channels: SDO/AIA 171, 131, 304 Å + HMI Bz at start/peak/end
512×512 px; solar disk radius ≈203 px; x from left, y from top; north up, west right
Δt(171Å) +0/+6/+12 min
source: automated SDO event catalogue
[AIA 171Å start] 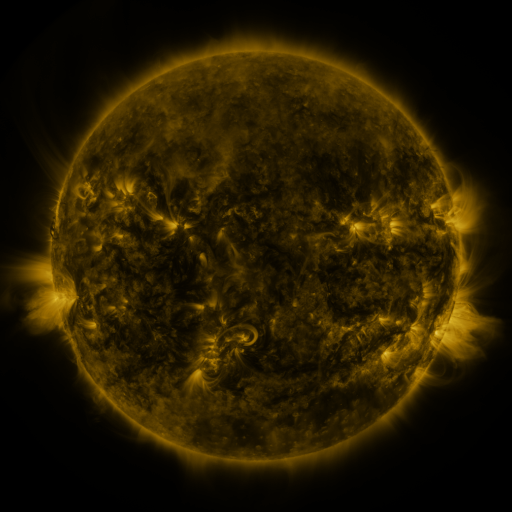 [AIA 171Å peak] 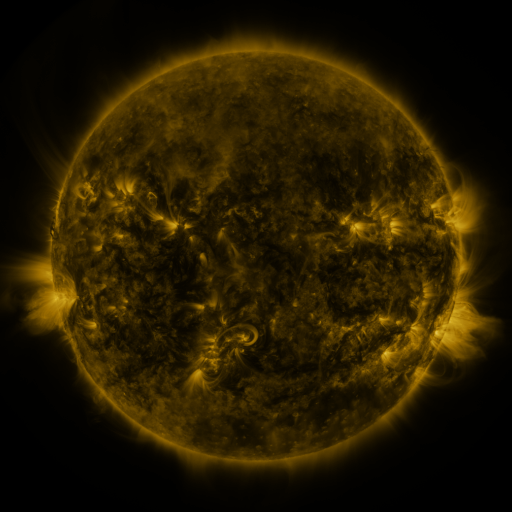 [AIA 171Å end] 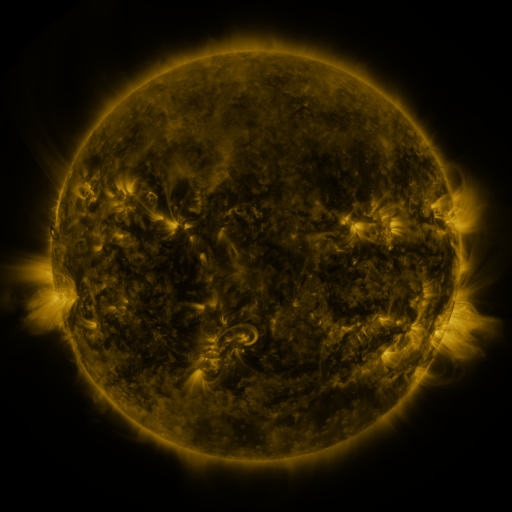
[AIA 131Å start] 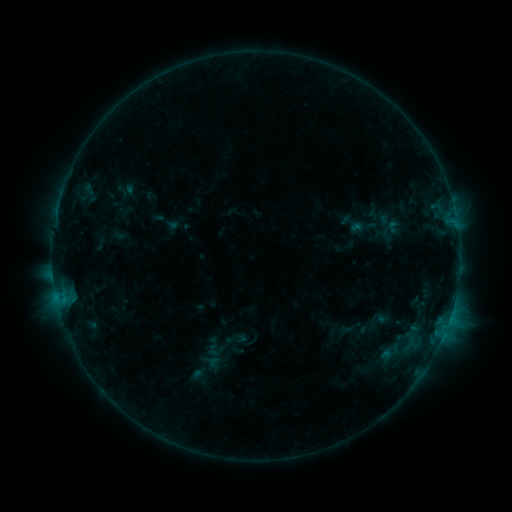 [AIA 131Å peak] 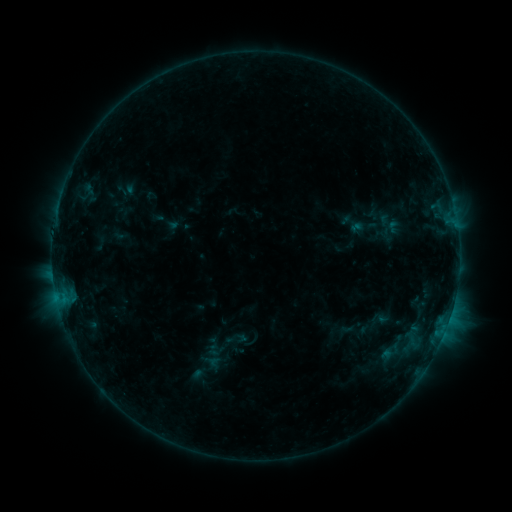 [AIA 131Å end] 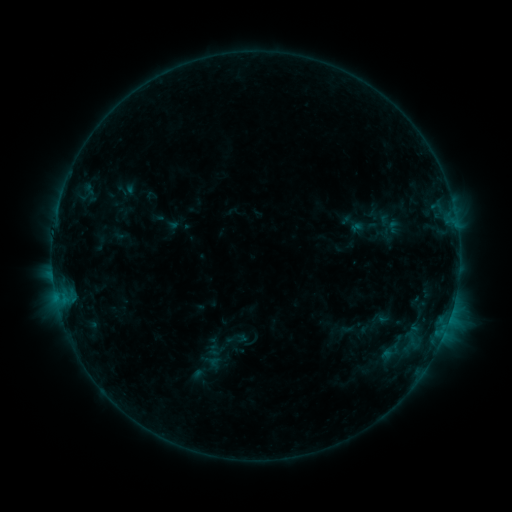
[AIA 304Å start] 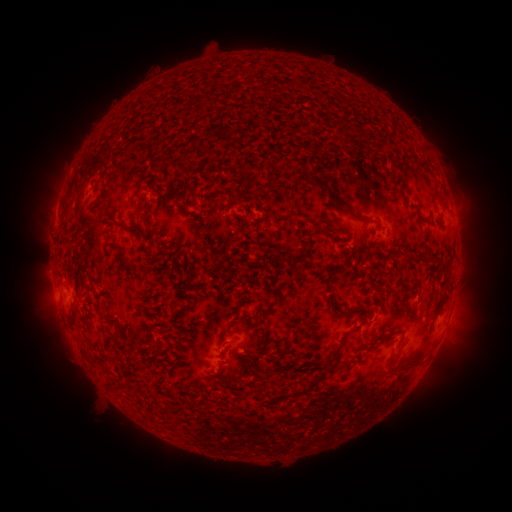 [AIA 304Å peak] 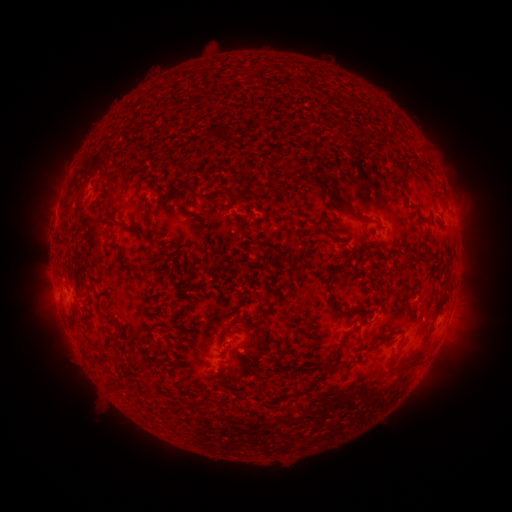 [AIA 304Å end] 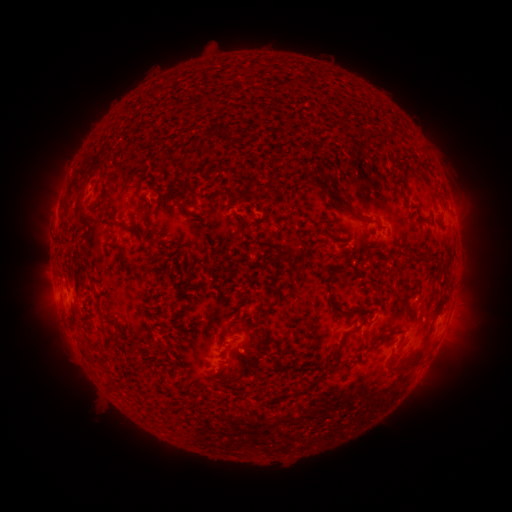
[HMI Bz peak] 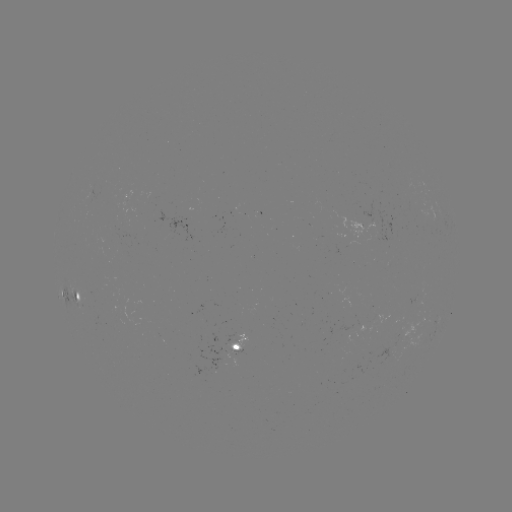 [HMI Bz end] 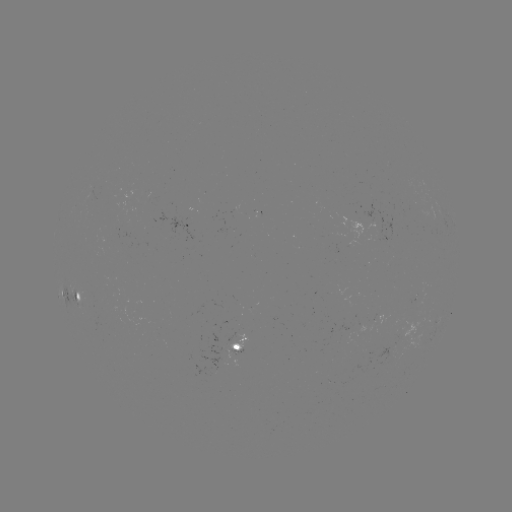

no classed flare was catalogued and no EUV brightening was flagged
